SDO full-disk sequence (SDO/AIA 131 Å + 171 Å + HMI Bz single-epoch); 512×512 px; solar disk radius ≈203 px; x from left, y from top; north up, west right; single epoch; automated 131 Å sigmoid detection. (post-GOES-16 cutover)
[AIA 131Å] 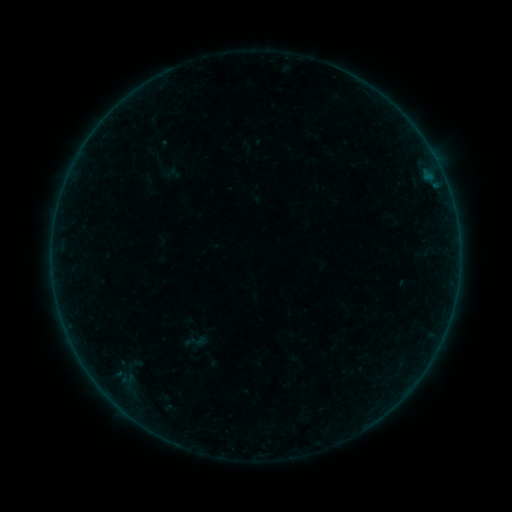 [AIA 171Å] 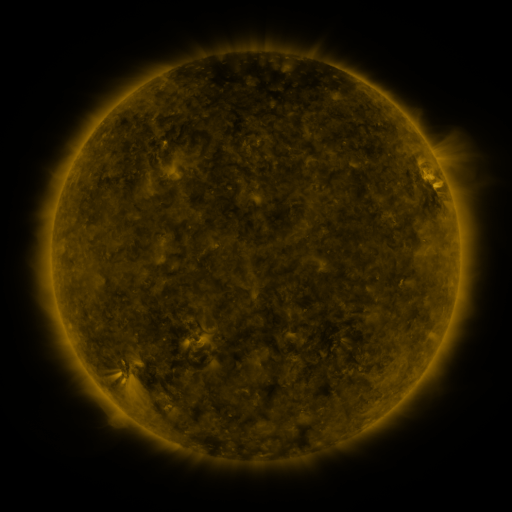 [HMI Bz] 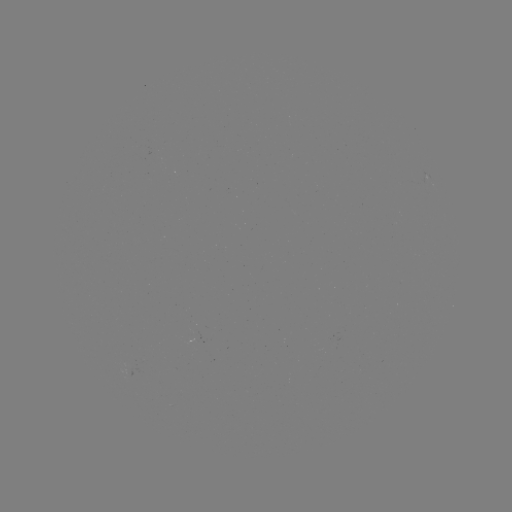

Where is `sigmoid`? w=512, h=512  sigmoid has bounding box [180, 328, 211, 355].